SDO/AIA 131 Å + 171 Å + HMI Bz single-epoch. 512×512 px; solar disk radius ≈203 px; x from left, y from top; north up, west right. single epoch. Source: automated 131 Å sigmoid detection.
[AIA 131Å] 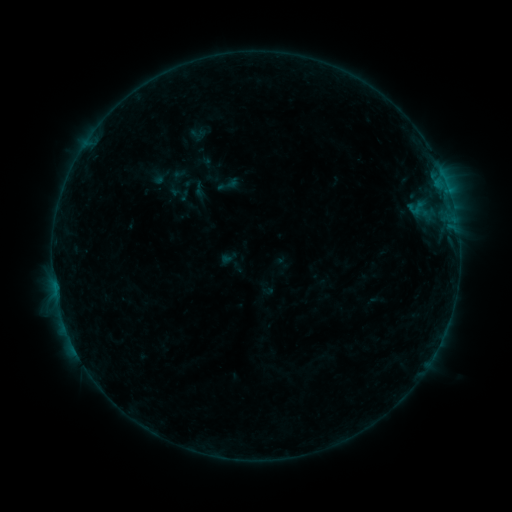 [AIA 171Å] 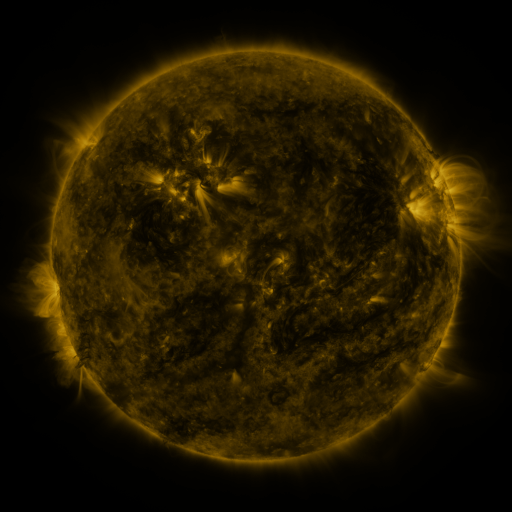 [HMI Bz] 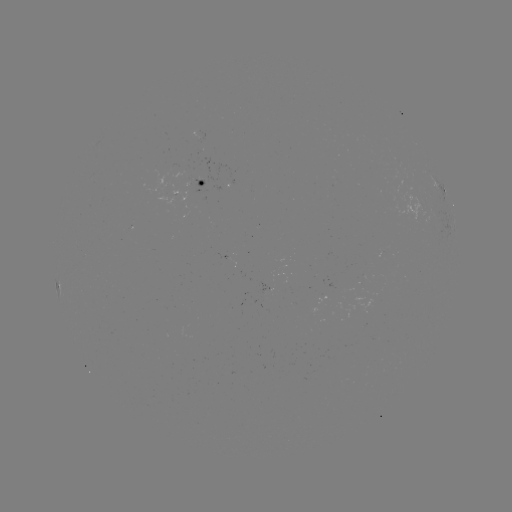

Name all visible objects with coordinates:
sigmoid: (216, 172, 240, 197)
